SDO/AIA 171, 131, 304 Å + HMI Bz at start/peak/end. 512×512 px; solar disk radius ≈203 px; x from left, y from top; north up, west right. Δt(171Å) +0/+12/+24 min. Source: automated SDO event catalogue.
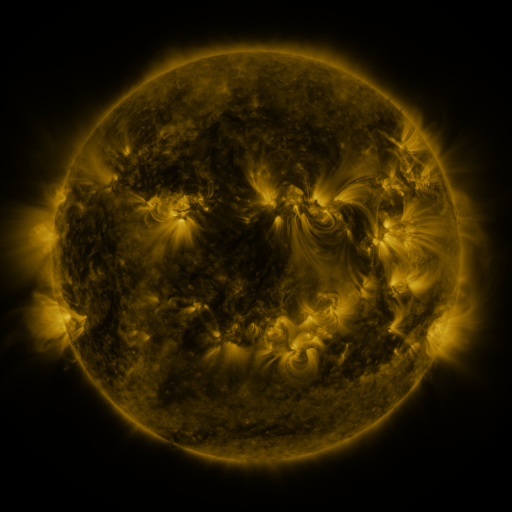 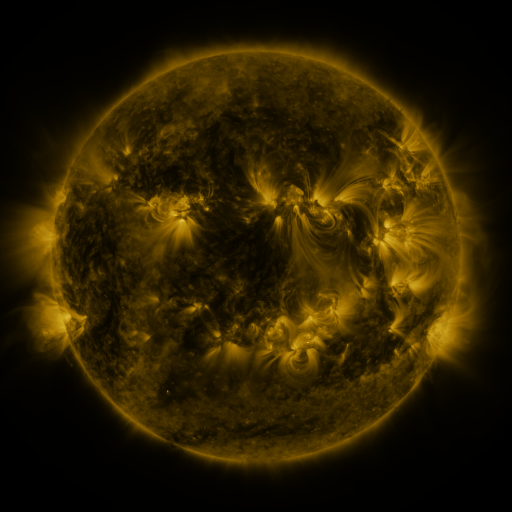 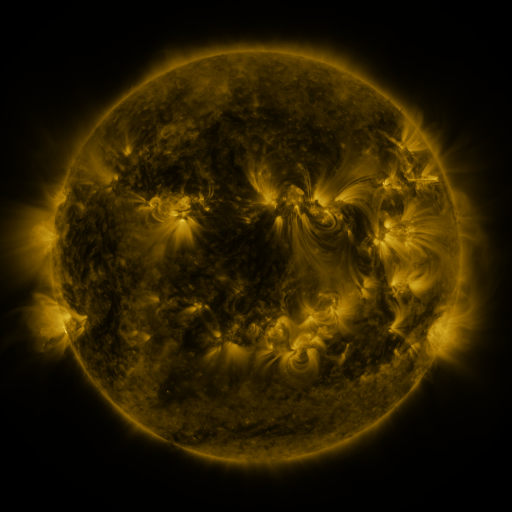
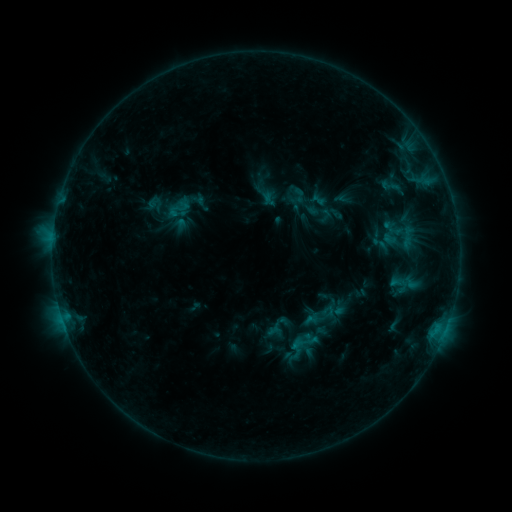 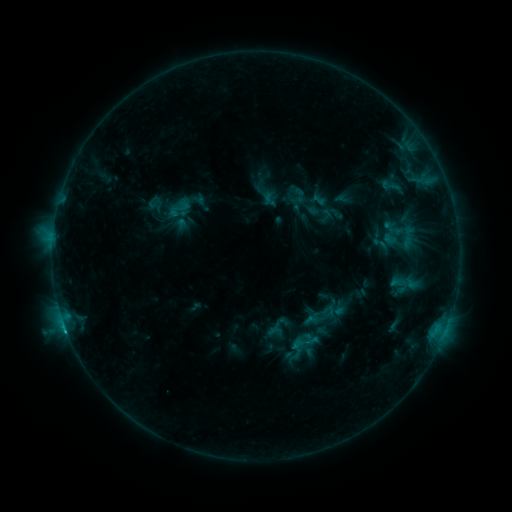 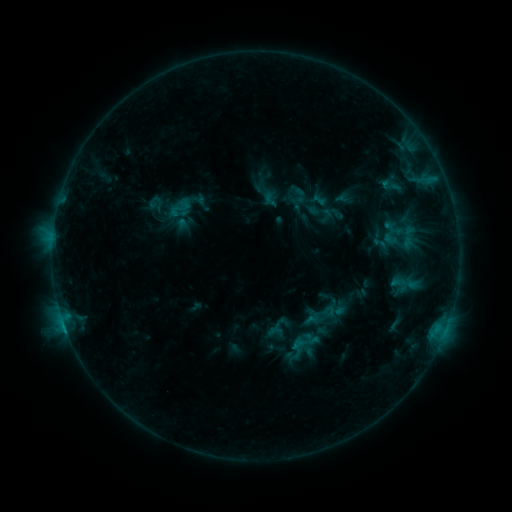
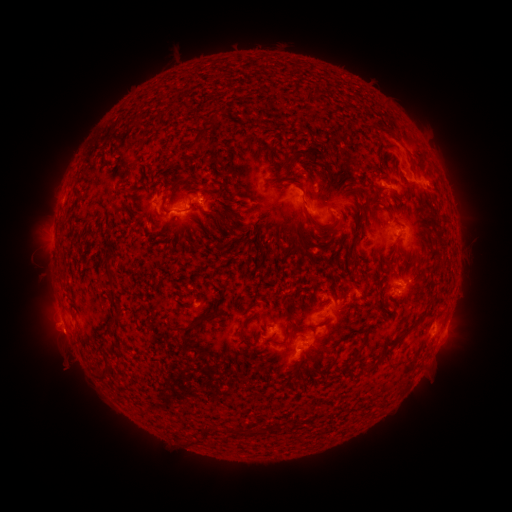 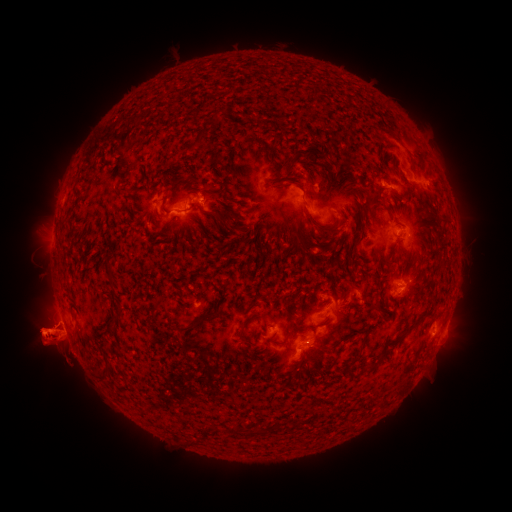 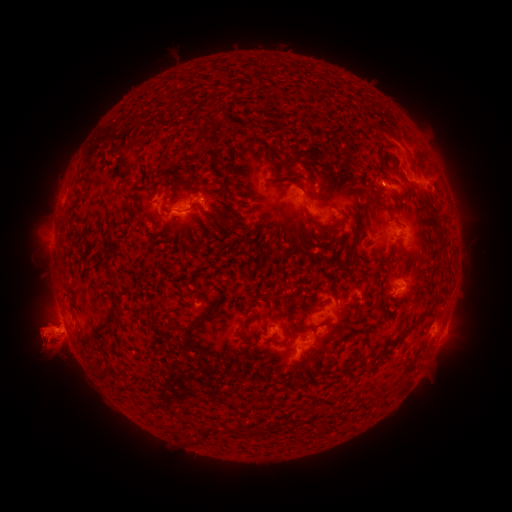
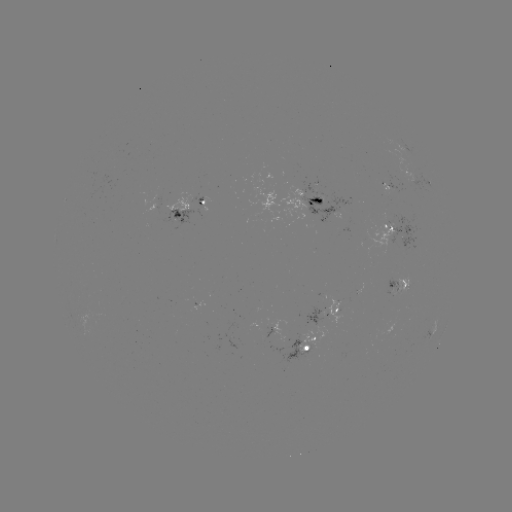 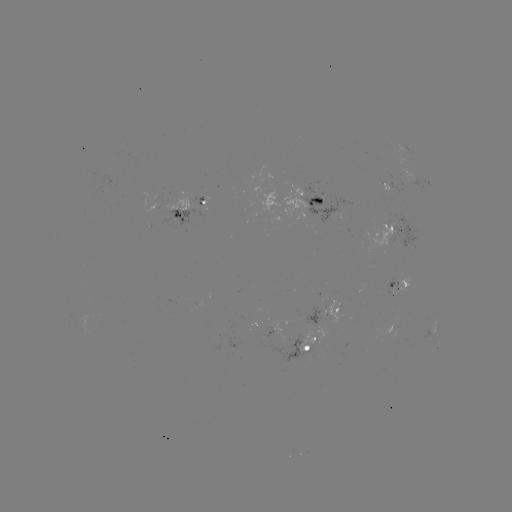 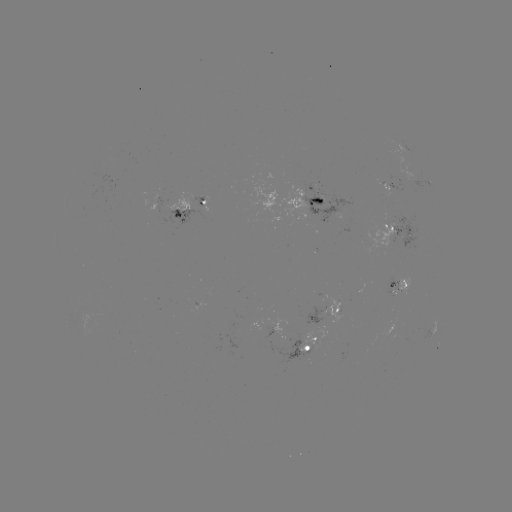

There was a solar flare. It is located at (66, 328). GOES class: B9.7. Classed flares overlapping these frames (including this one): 1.